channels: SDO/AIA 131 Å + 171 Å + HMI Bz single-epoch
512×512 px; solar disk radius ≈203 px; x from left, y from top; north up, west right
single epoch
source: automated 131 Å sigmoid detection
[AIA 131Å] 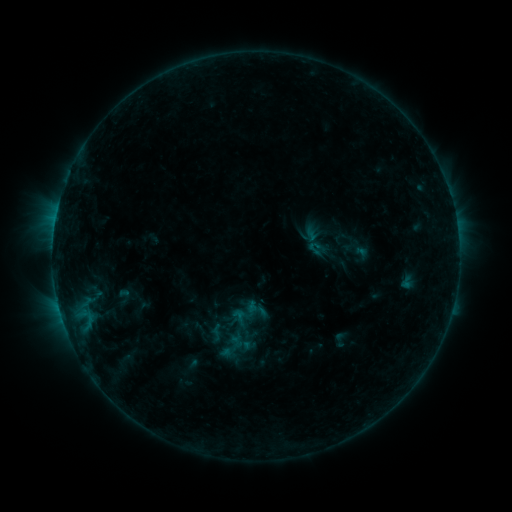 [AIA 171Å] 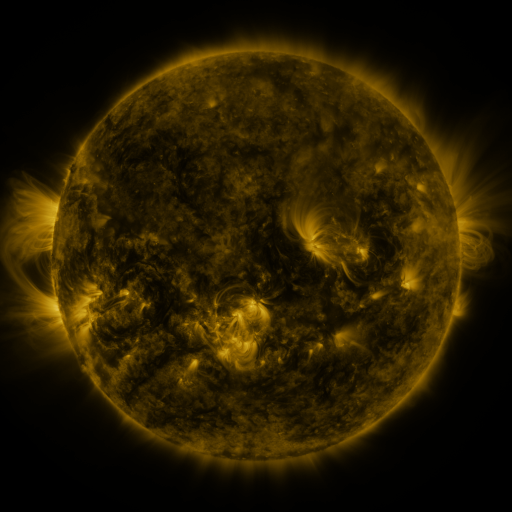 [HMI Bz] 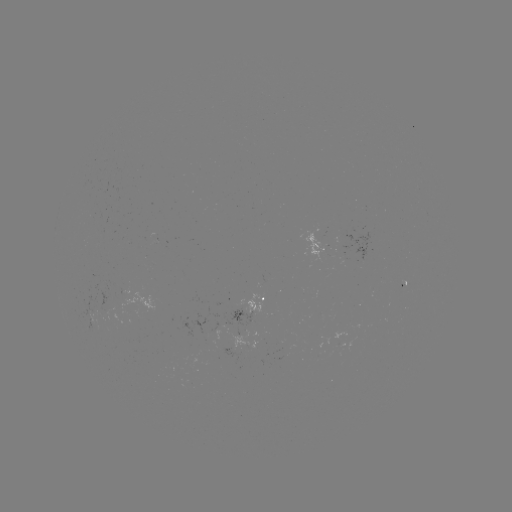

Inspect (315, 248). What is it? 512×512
sigmoid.